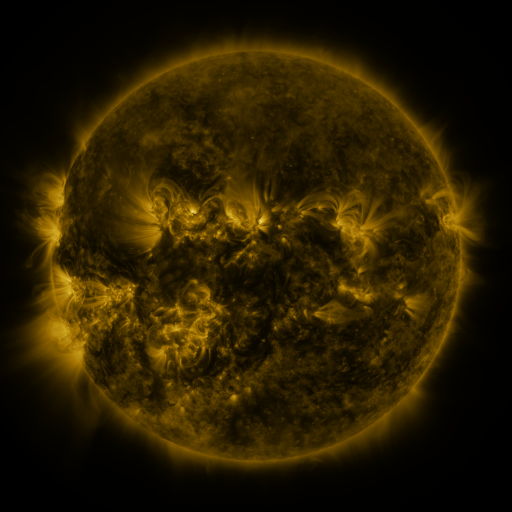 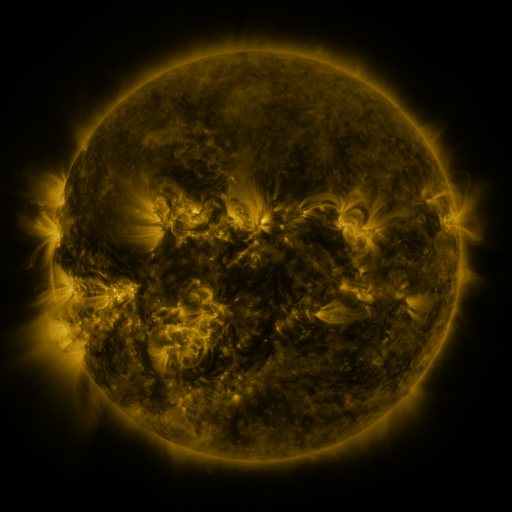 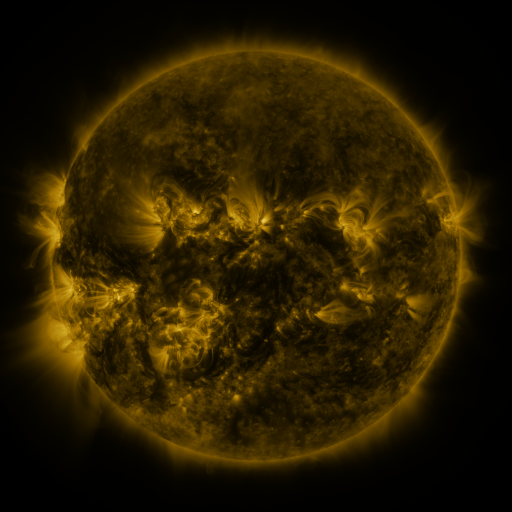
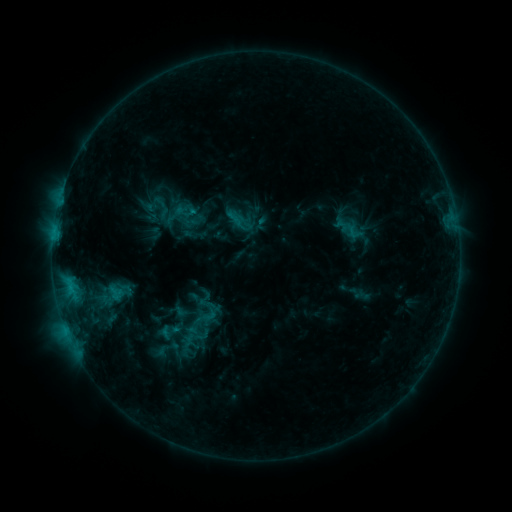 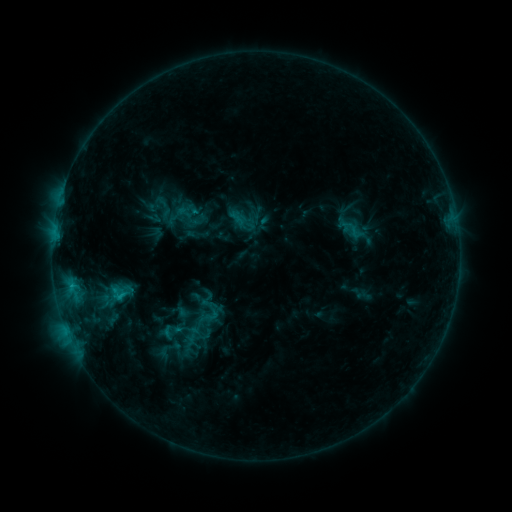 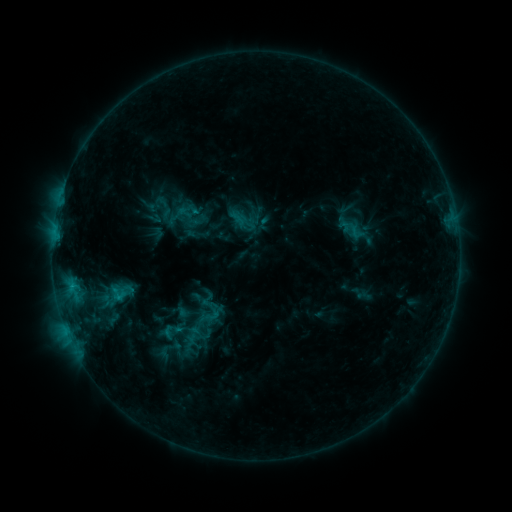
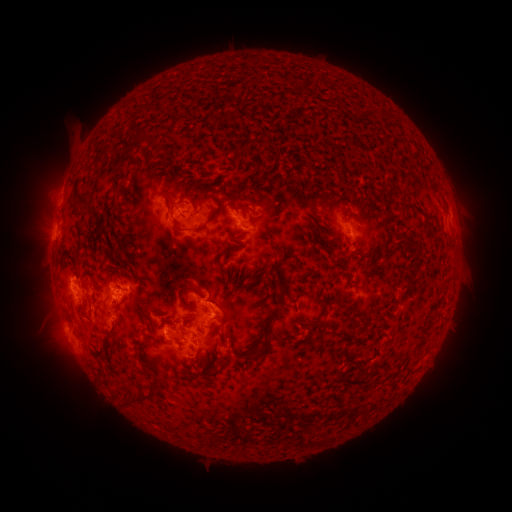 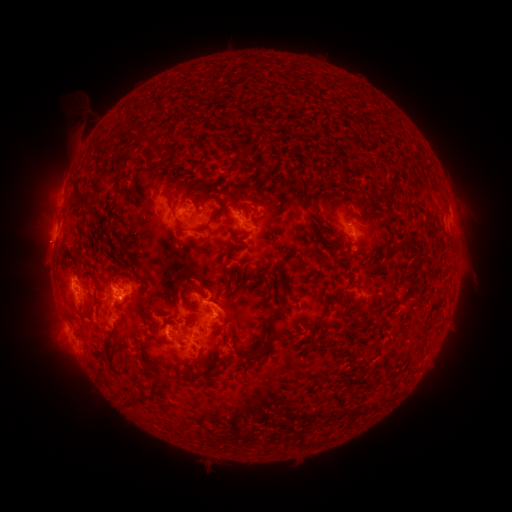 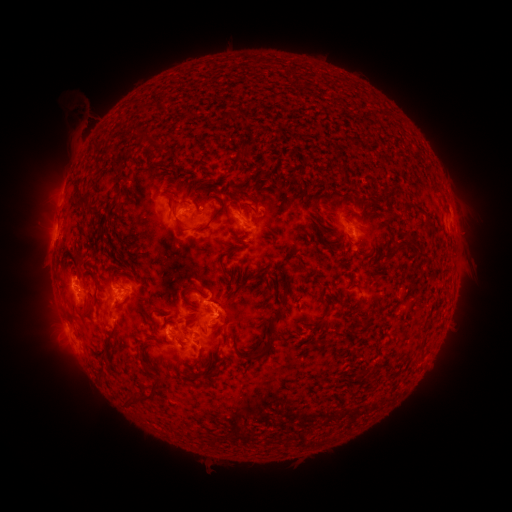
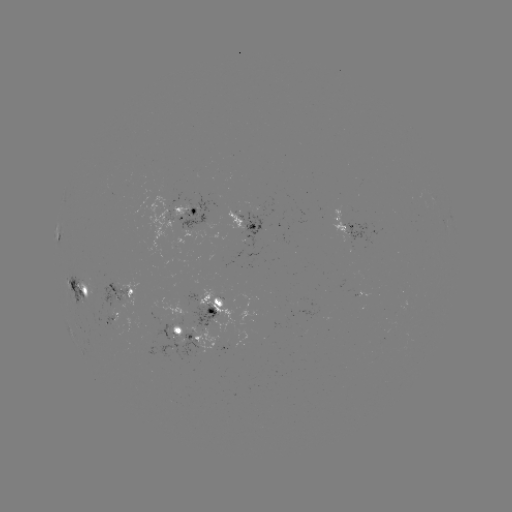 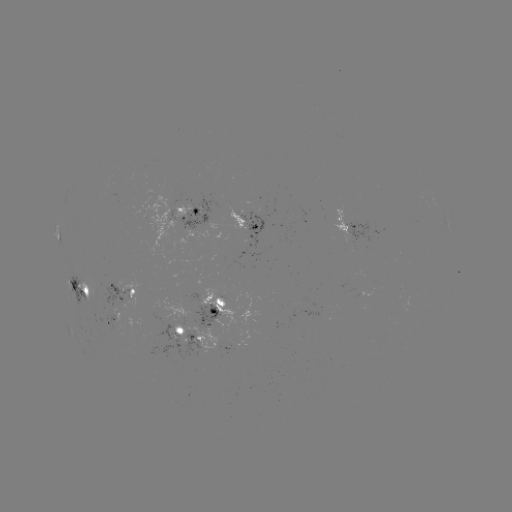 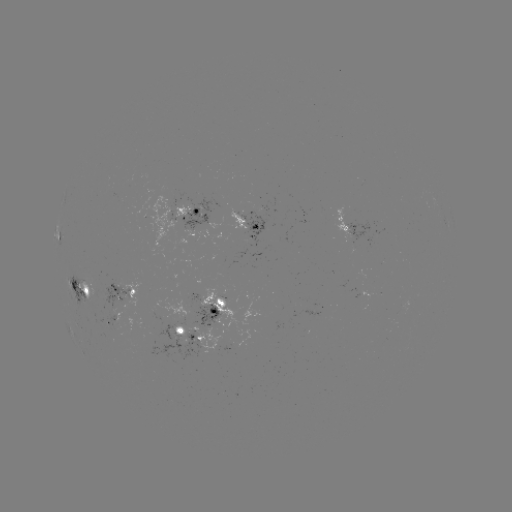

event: emerging-flux region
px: (180, 313)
